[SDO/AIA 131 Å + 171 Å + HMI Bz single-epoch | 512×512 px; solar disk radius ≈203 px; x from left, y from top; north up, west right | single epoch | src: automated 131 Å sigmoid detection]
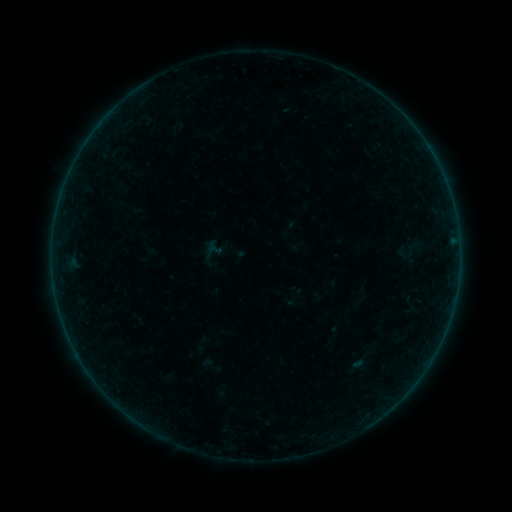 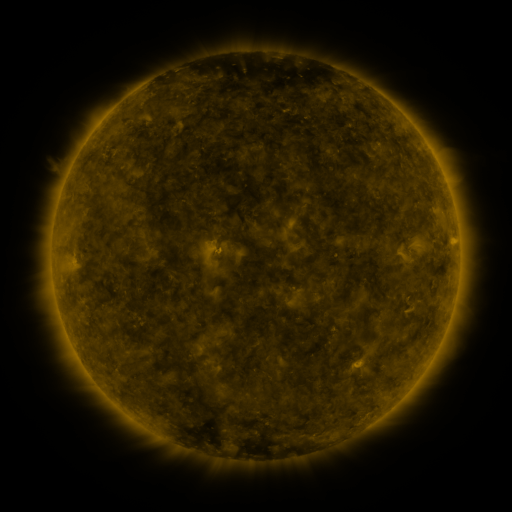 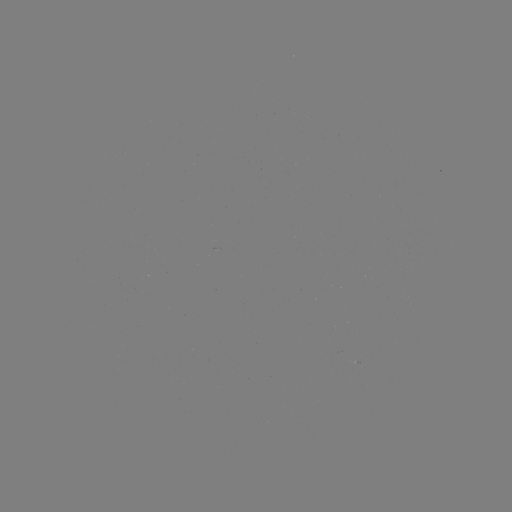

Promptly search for sigmoid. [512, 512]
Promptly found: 413,249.